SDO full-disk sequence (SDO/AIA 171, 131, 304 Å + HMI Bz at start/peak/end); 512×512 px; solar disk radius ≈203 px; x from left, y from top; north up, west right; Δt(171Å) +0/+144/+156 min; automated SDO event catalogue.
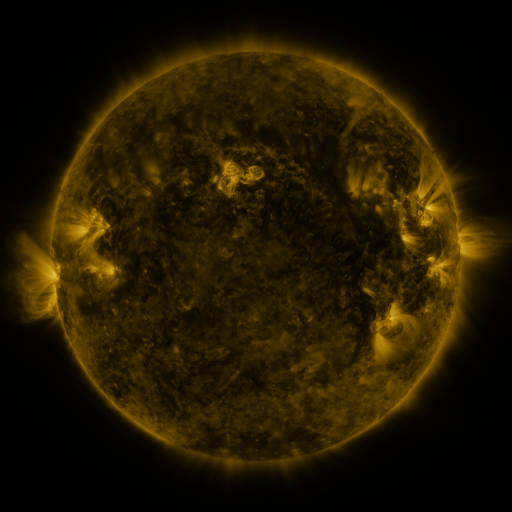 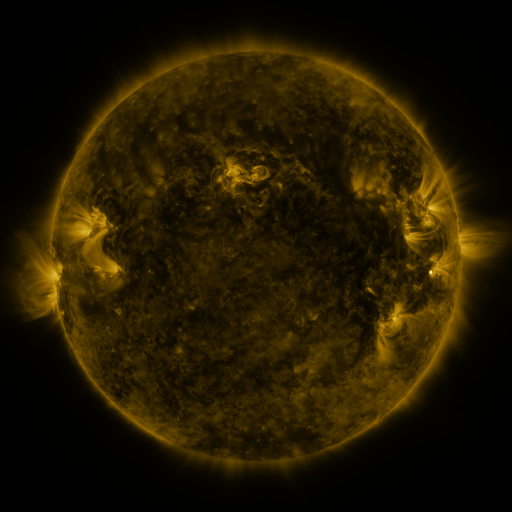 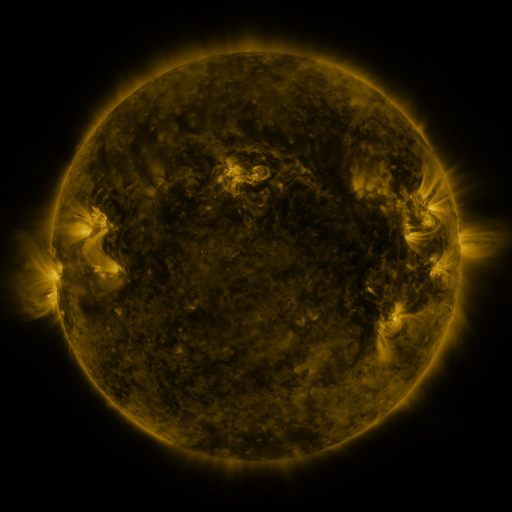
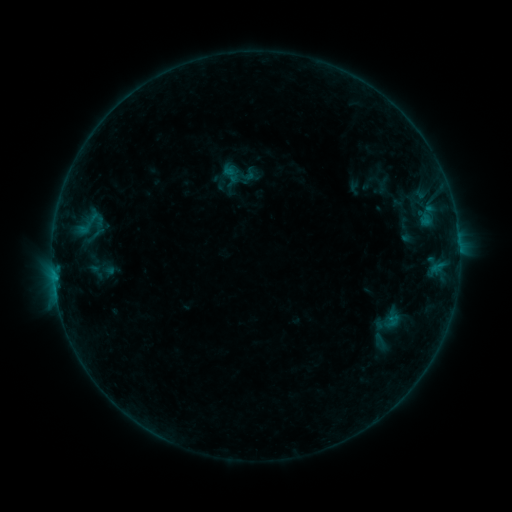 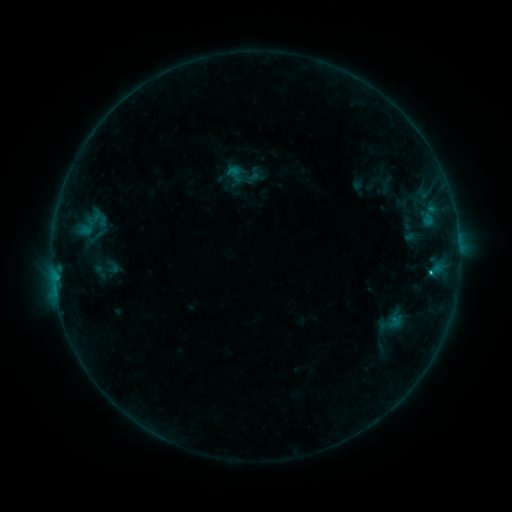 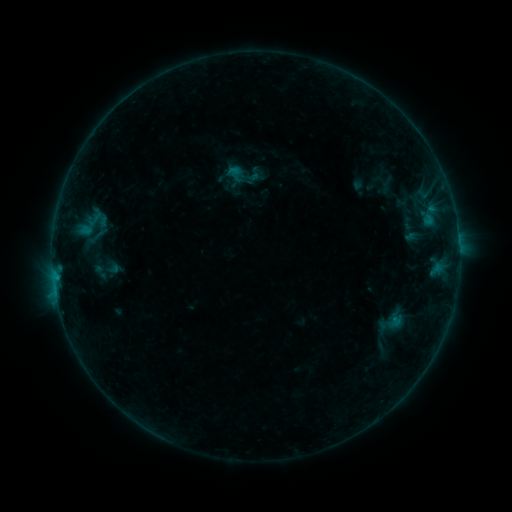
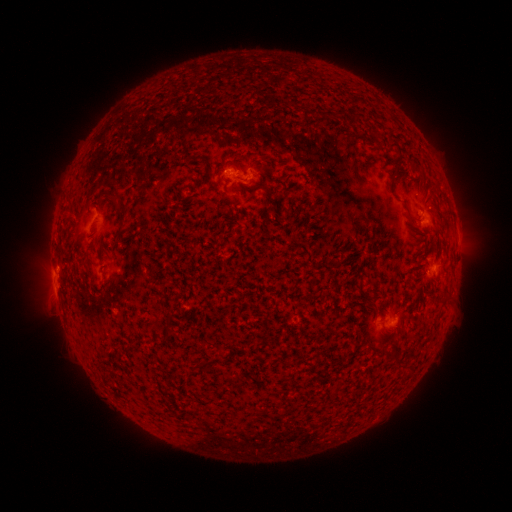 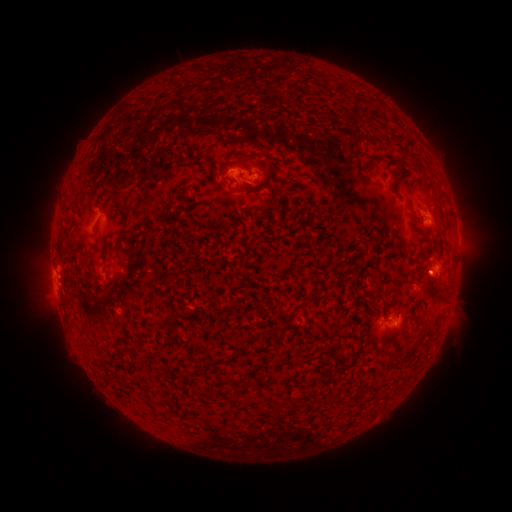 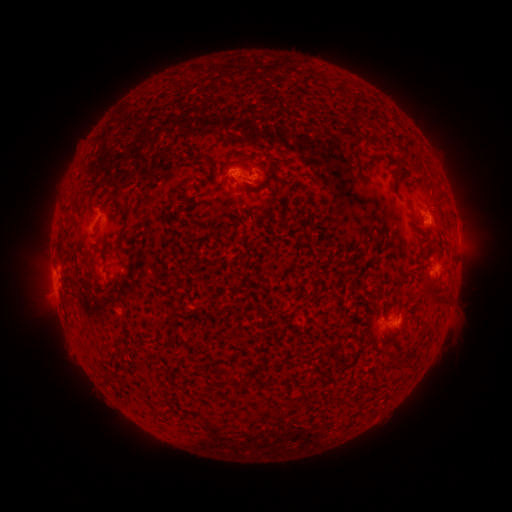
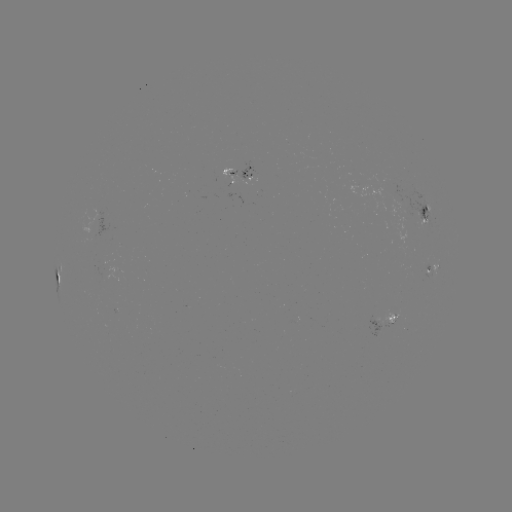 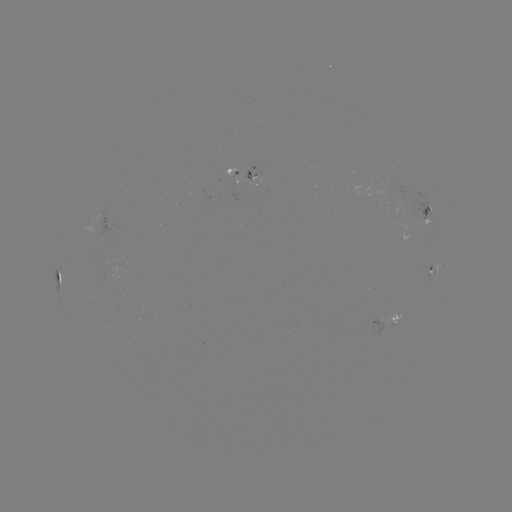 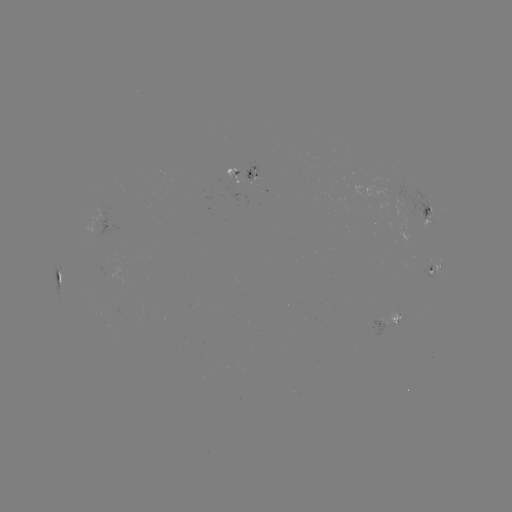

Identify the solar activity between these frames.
emerging-flux region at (253, 178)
